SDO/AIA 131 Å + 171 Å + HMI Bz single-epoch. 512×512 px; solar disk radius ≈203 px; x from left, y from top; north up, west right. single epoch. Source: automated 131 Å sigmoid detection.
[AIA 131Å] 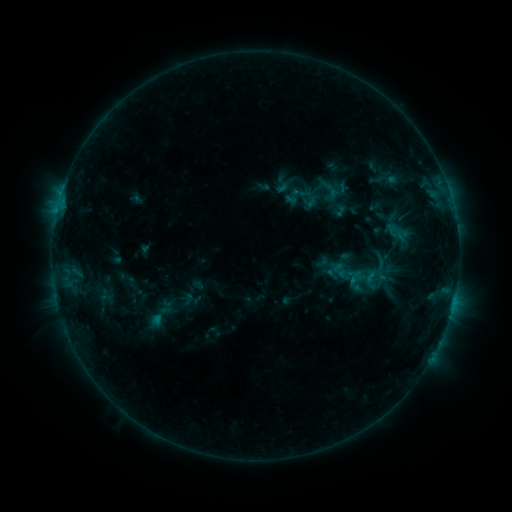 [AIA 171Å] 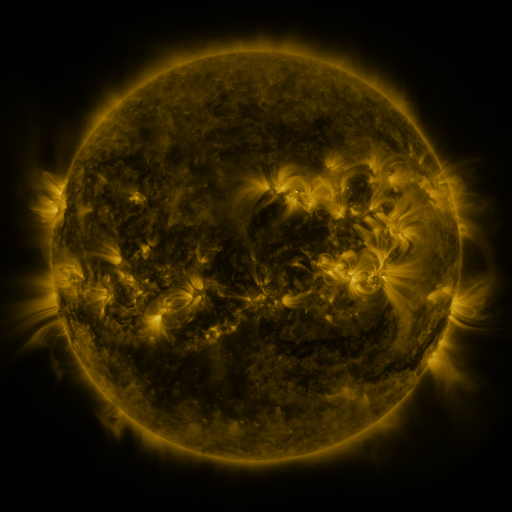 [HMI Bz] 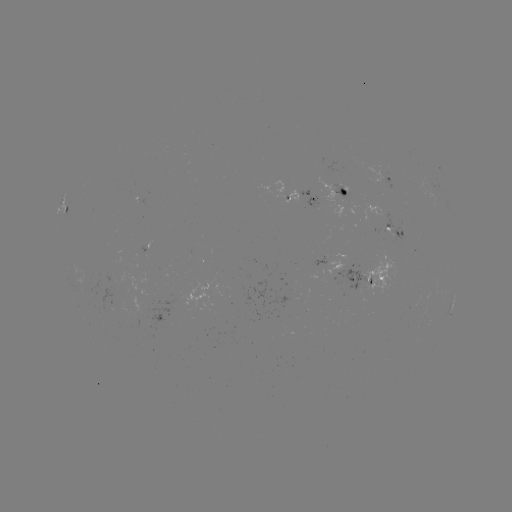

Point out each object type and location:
sigmoid: (305, 198)
